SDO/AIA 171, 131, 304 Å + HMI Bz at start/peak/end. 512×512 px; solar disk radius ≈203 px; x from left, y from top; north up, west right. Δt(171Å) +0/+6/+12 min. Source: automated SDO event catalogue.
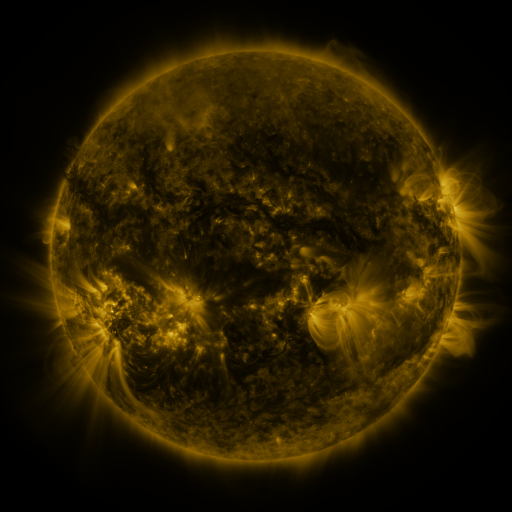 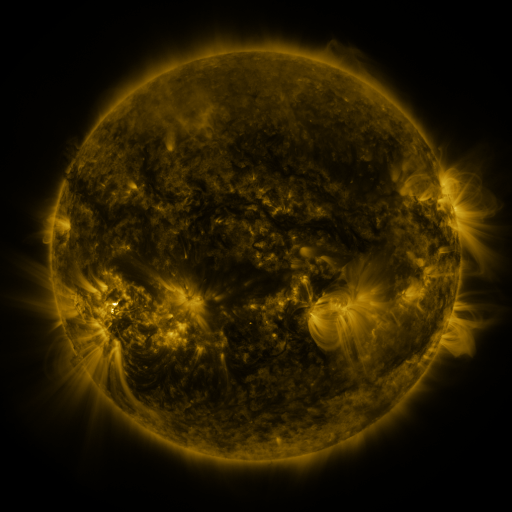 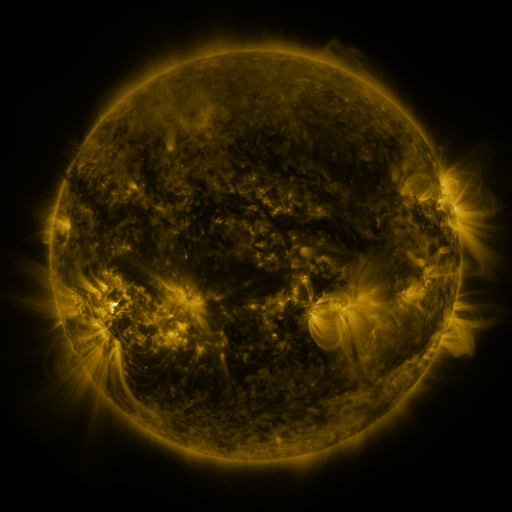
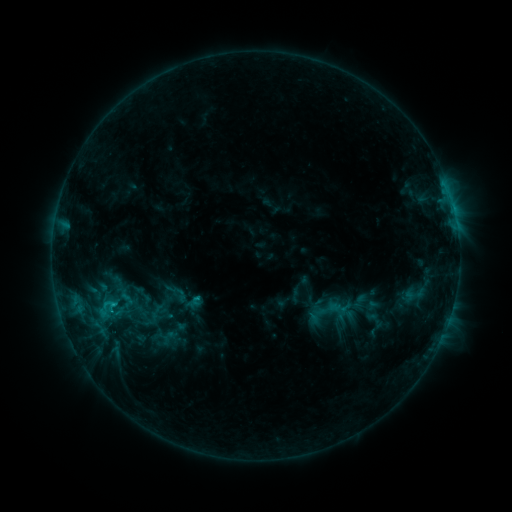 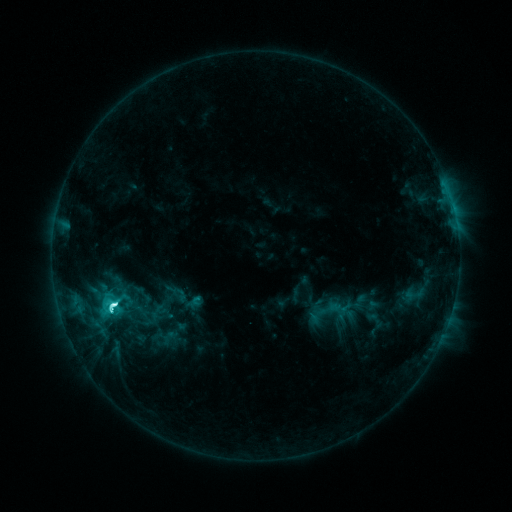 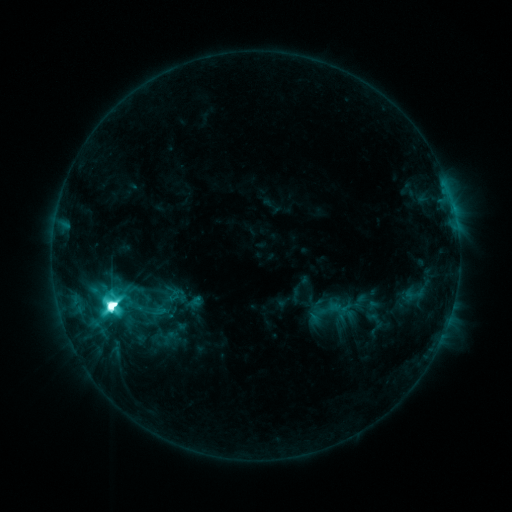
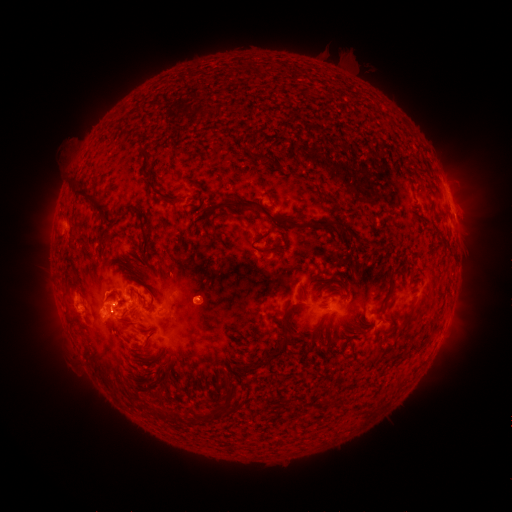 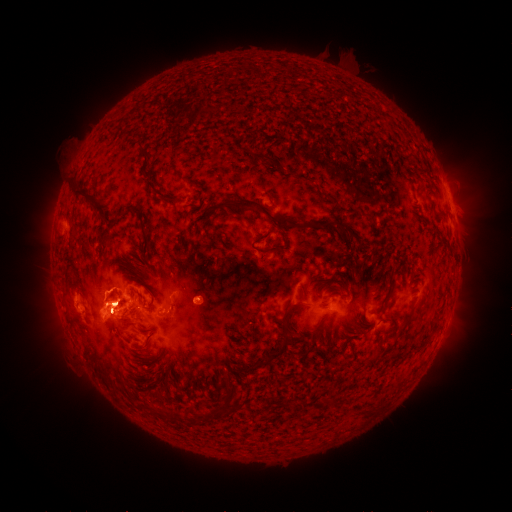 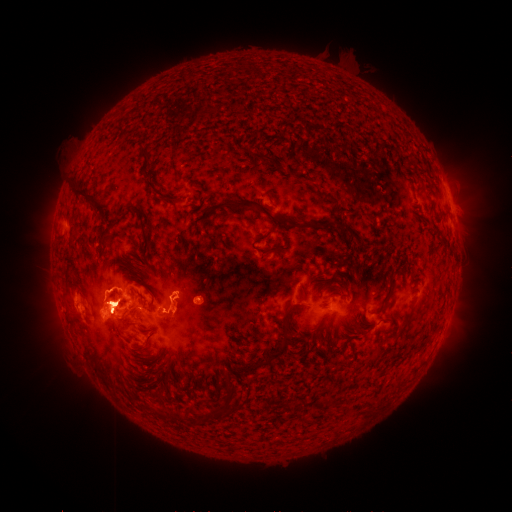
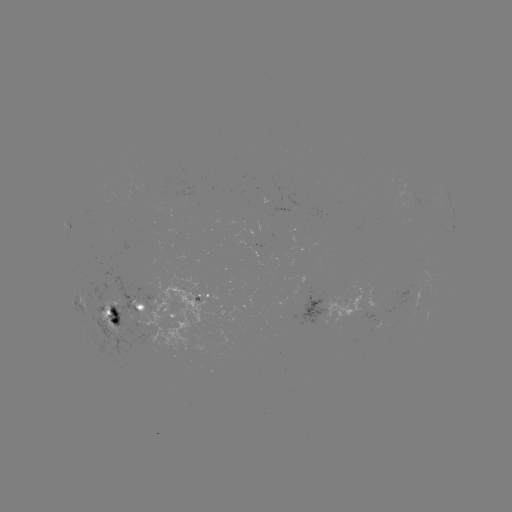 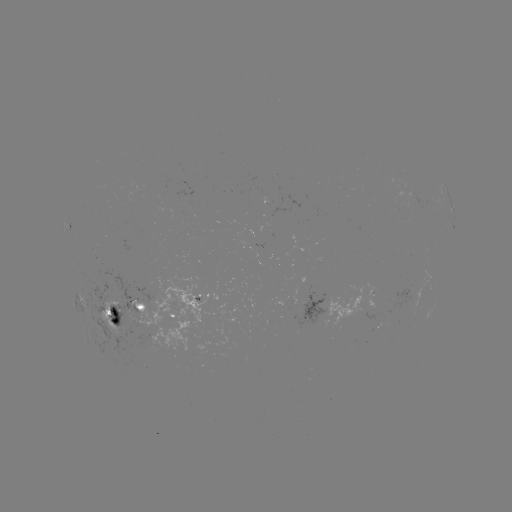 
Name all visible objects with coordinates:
eruption: (106, 287)
